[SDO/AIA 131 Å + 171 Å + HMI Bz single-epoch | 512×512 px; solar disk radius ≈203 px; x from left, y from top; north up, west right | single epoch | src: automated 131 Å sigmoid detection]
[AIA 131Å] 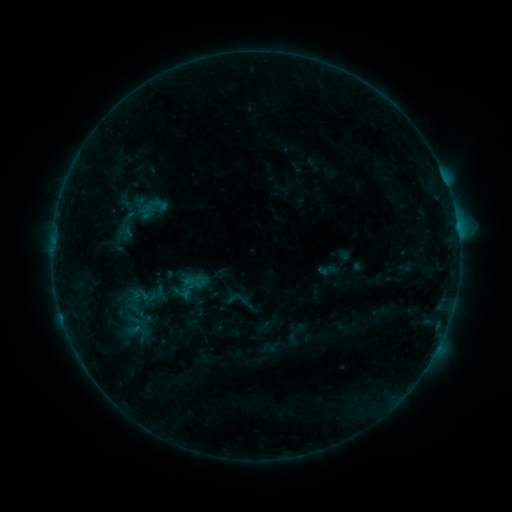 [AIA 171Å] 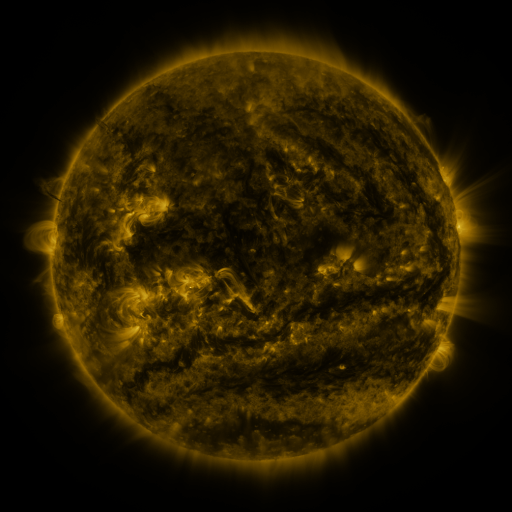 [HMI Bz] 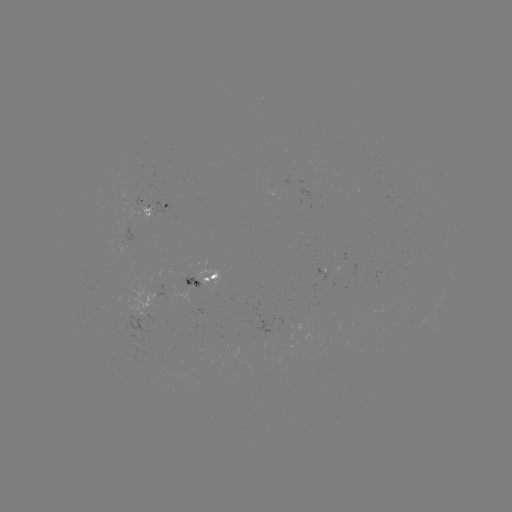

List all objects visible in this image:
sigmoid: (191, 285)
